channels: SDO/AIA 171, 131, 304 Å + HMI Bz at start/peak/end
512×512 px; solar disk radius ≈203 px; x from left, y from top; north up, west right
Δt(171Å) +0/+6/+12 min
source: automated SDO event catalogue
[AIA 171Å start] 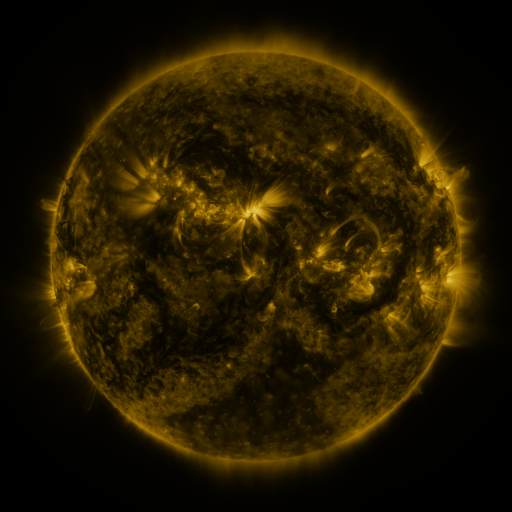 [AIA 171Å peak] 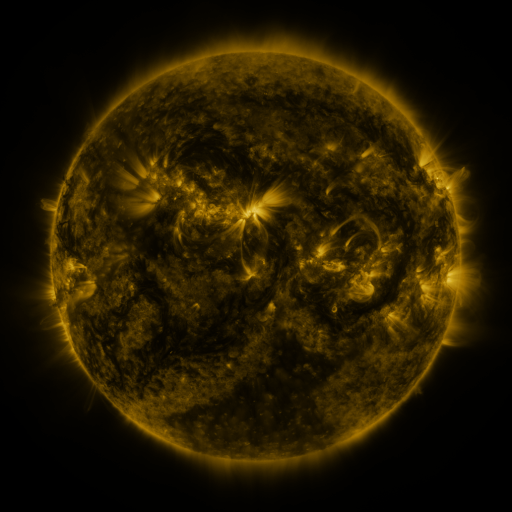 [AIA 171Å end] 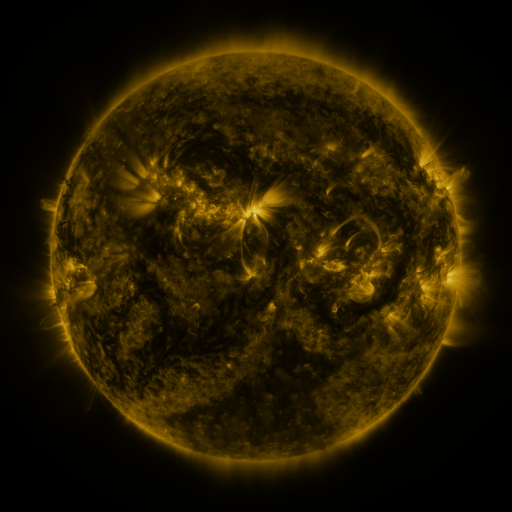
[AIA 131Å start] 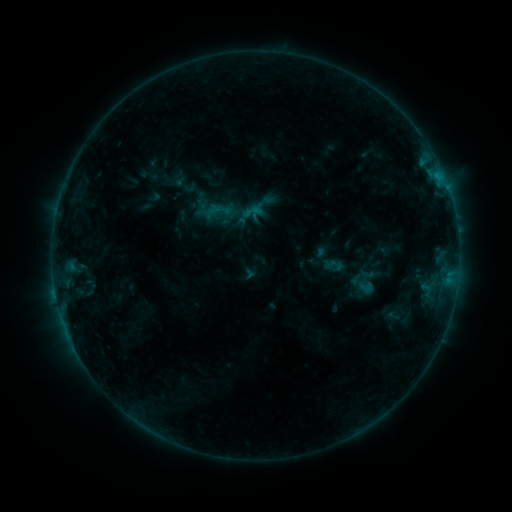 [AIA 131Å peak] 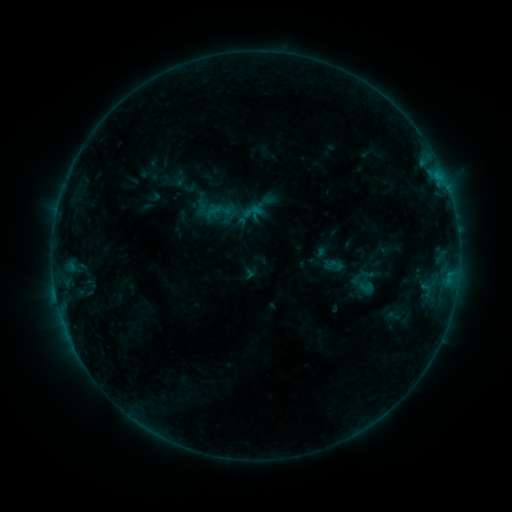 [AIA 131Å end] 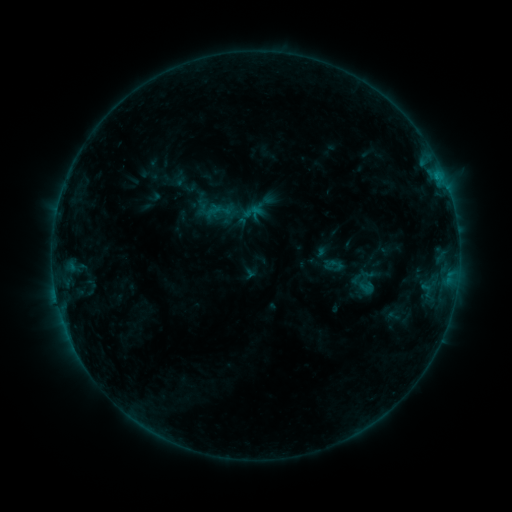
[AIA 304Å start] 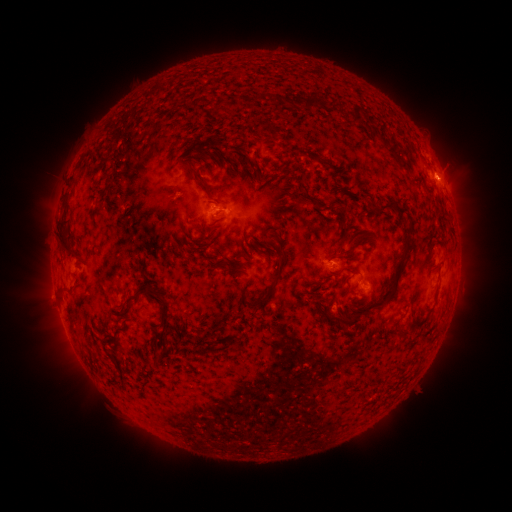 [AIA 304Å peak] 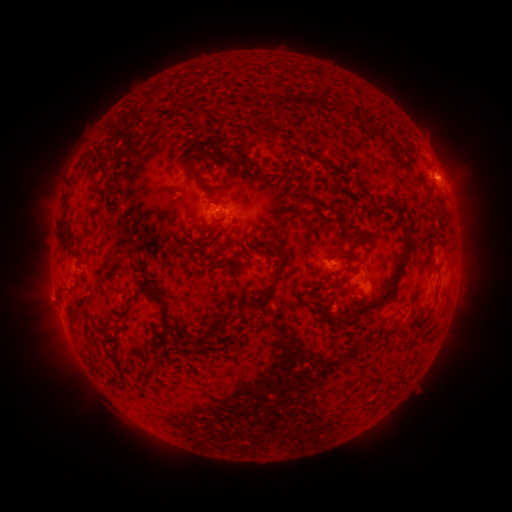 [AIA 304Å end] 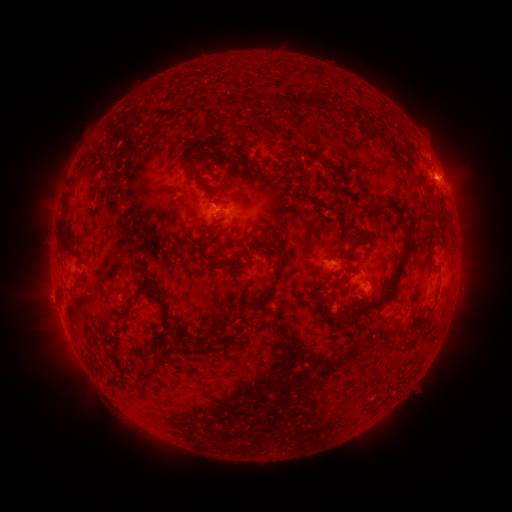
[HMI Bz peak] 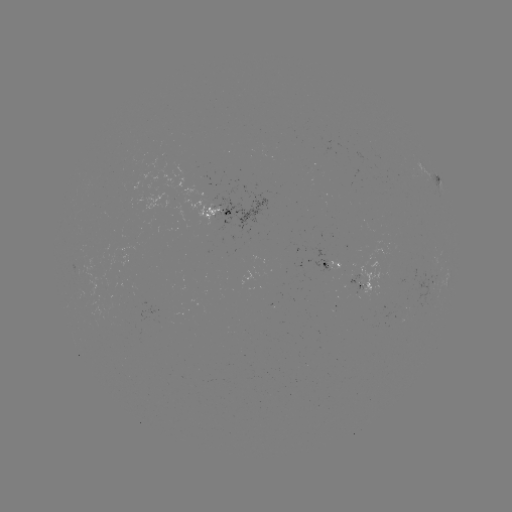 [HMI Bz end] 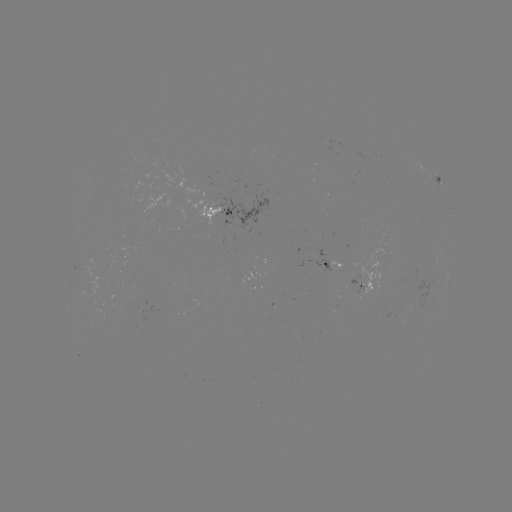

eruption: <bbox>433, 165, 465, 195</bbox>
